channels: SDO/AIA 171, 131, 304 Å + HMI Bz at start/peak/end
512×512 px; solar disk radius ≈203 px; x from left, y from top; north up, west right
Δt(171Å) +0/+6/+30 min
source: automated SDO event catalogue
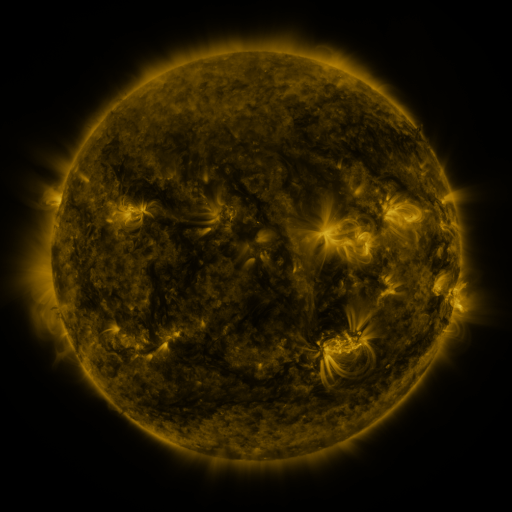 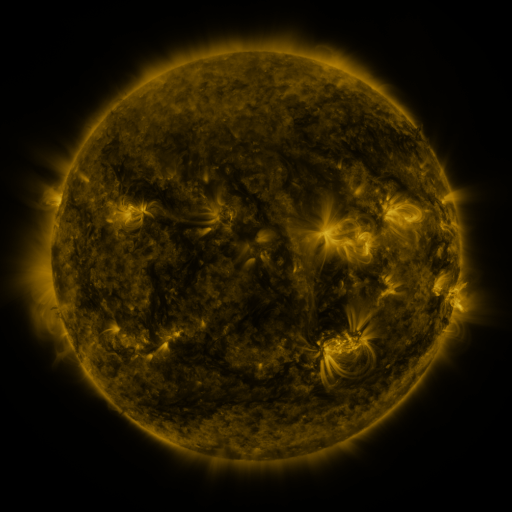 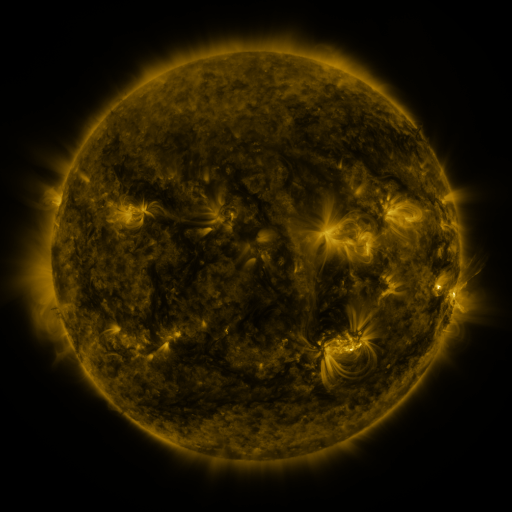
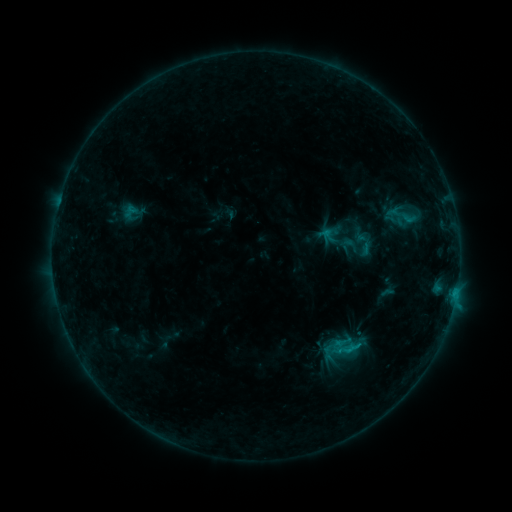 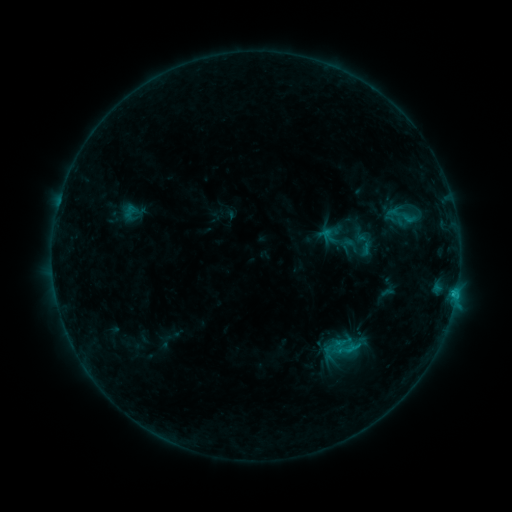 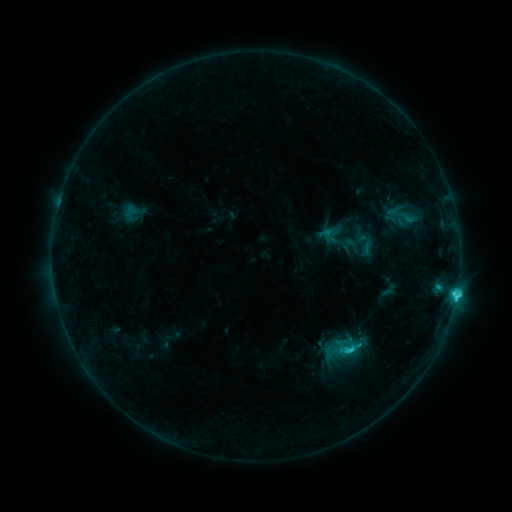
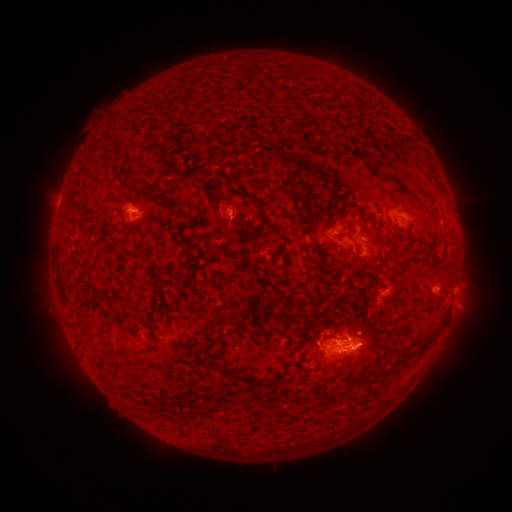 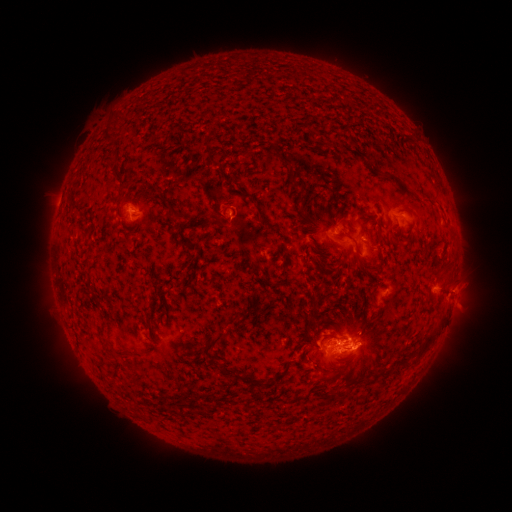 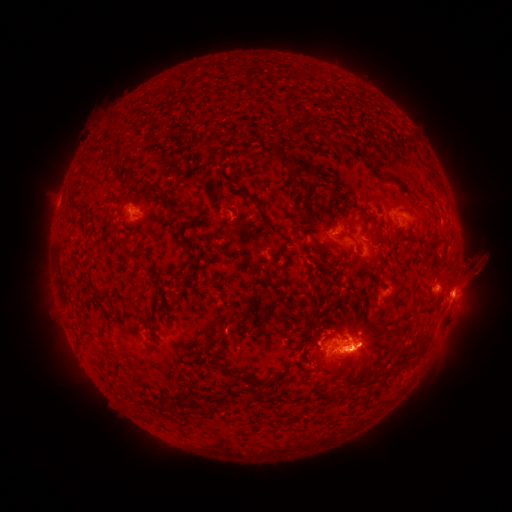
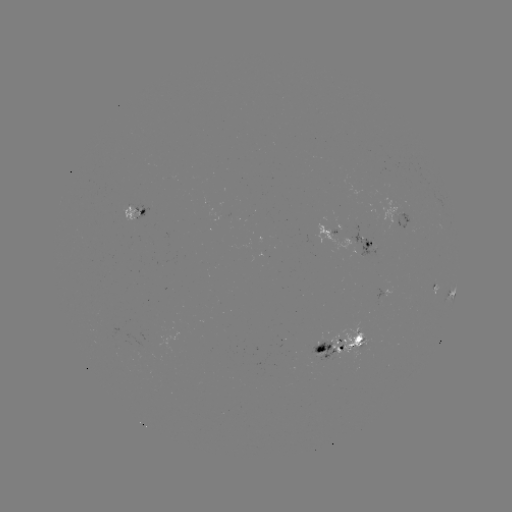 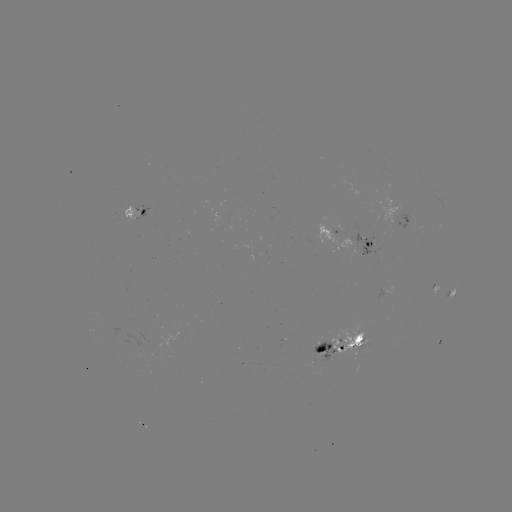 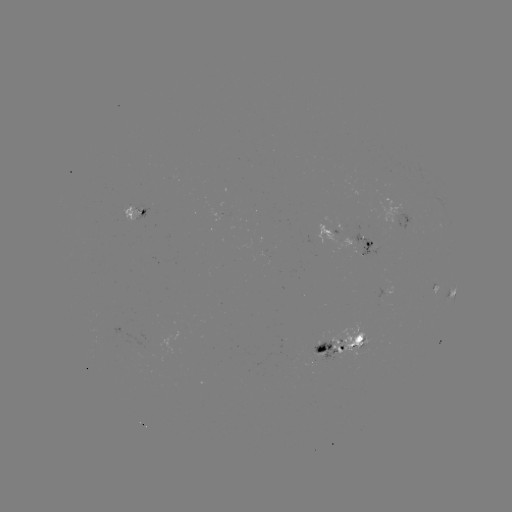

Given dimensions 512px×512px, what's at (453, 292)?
C7.6 flare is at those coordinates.